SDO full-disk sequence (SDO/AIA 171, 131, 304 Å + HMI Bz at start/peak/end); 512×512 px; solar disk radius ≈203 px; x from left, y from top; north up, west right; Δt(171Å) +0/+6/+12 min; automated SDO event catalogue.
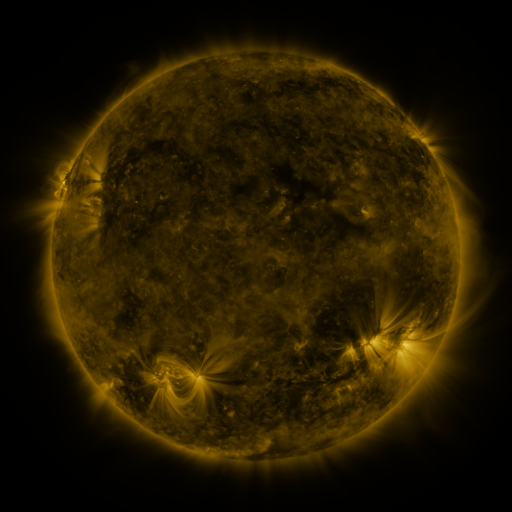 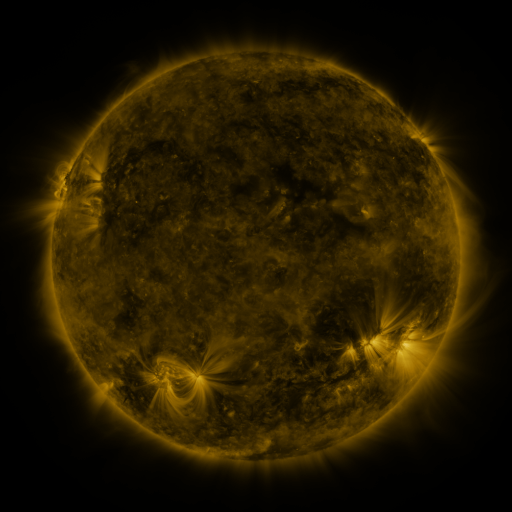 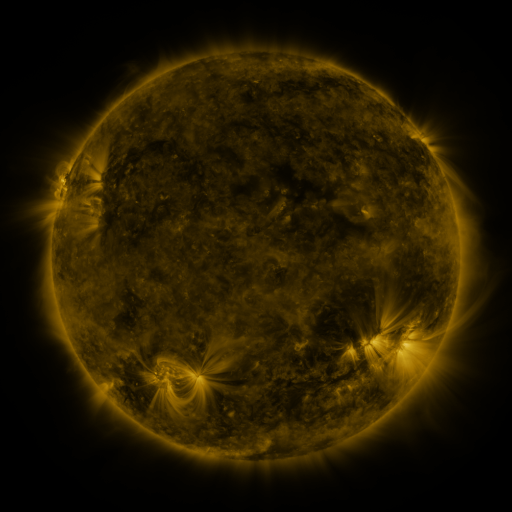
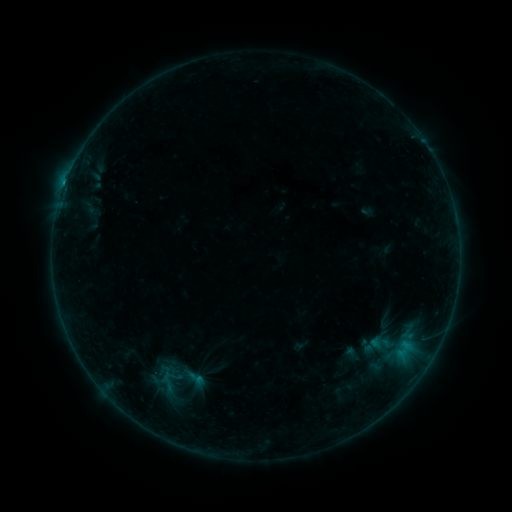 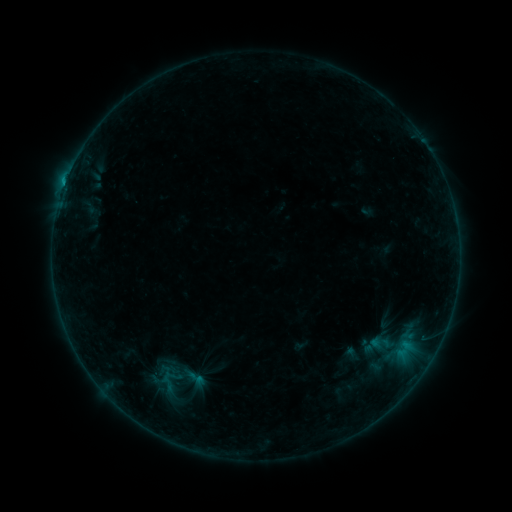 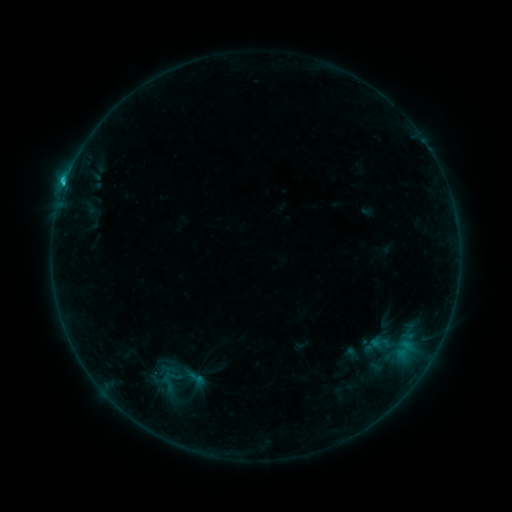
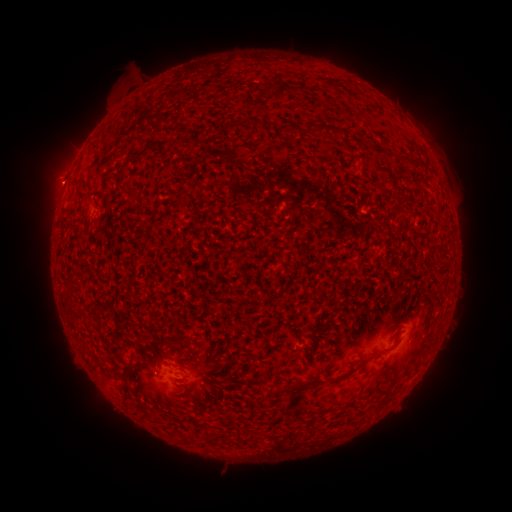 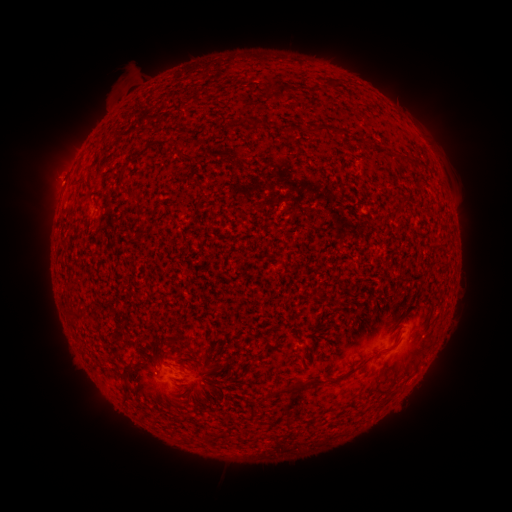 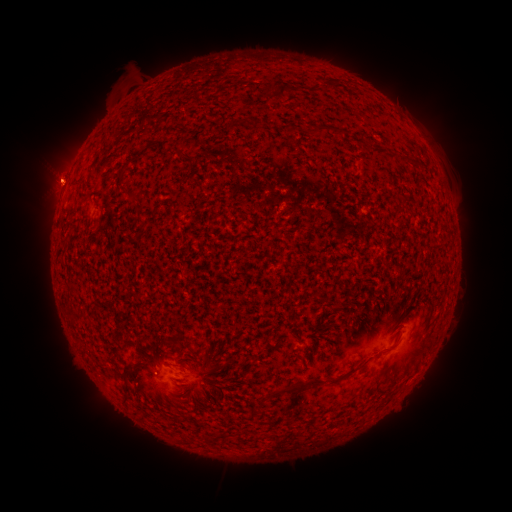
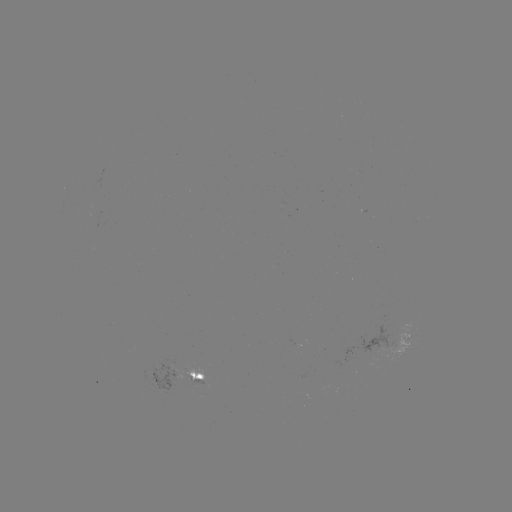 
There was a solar flare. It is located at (64, 191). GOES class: C2.1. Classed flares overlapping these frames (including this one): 1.